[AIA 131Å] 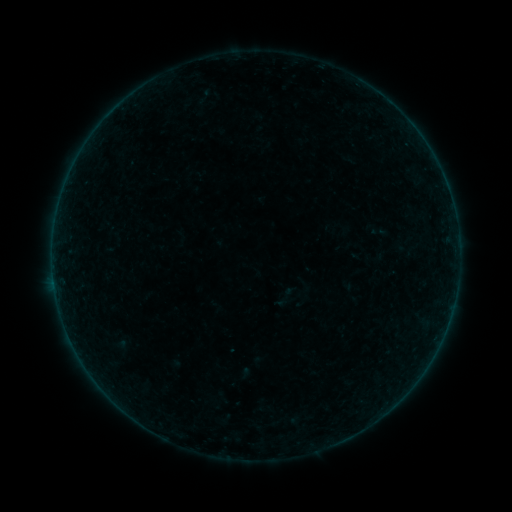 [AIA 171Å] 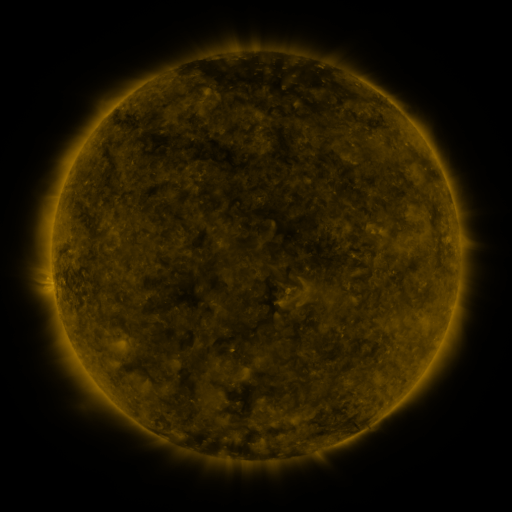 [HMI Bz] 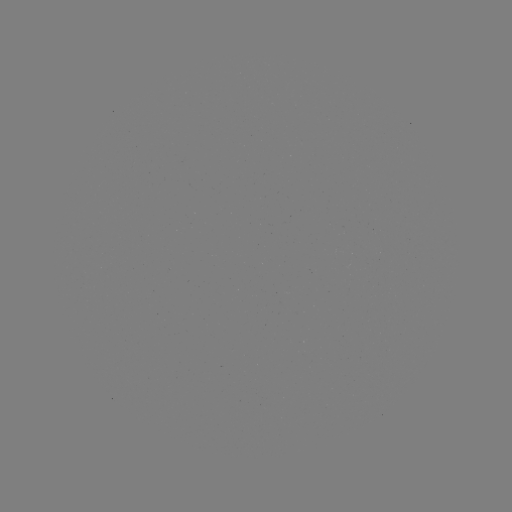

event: sigmoid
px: (286, 296)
